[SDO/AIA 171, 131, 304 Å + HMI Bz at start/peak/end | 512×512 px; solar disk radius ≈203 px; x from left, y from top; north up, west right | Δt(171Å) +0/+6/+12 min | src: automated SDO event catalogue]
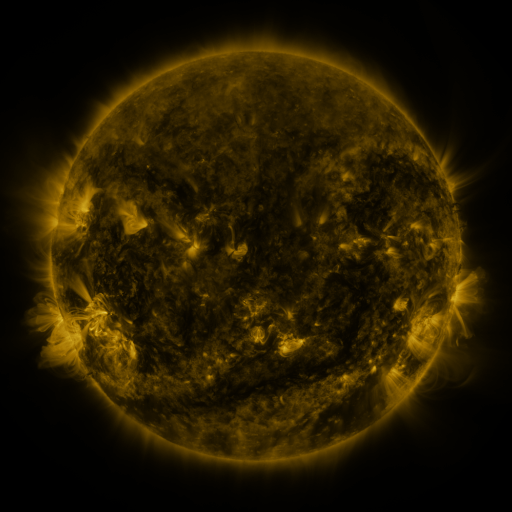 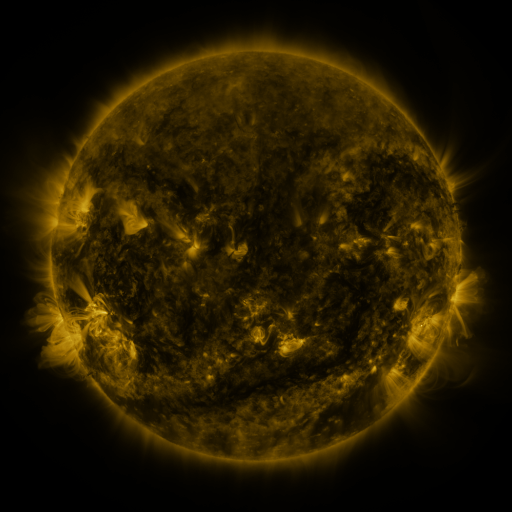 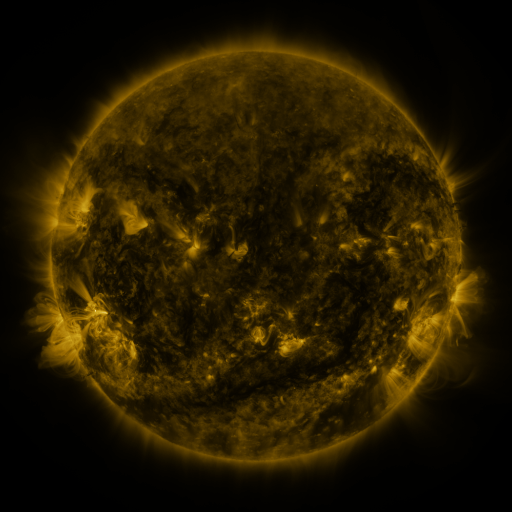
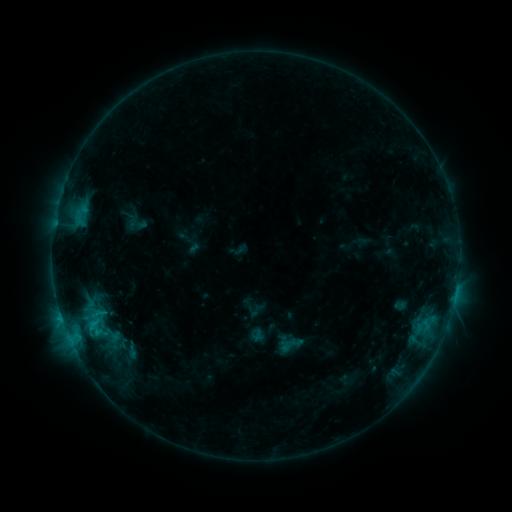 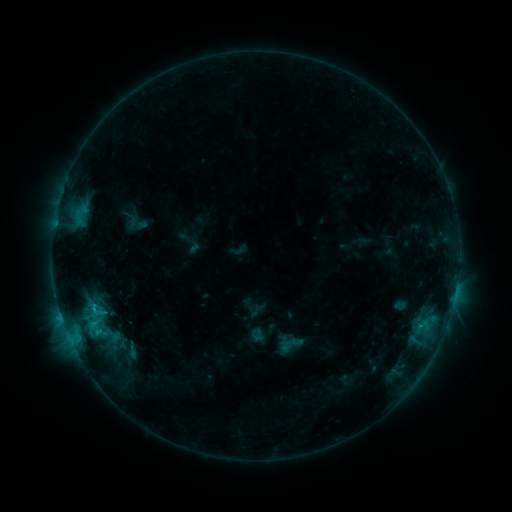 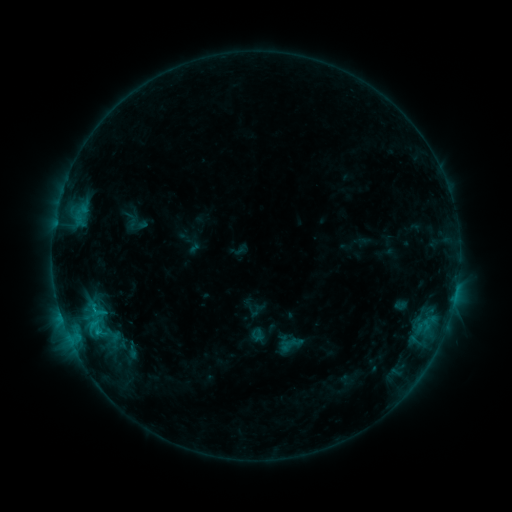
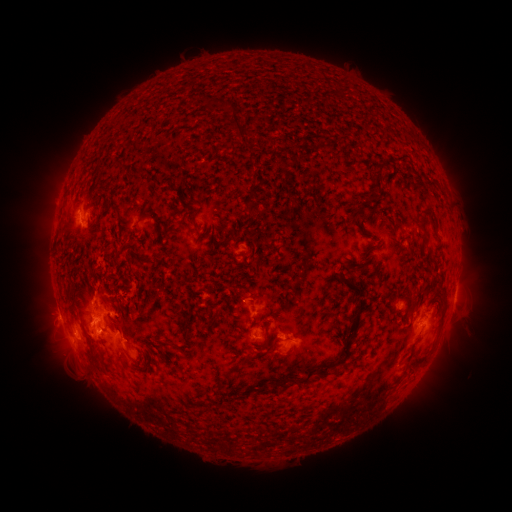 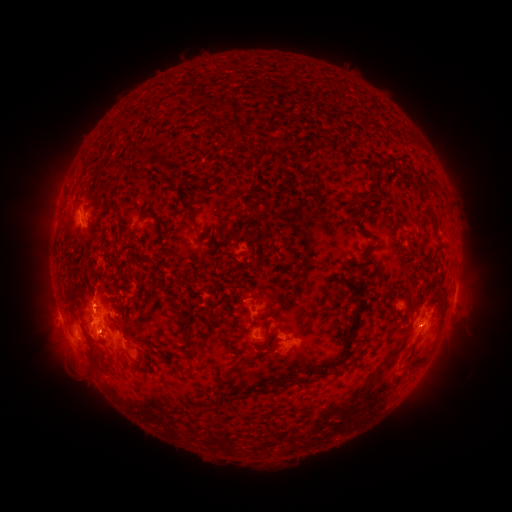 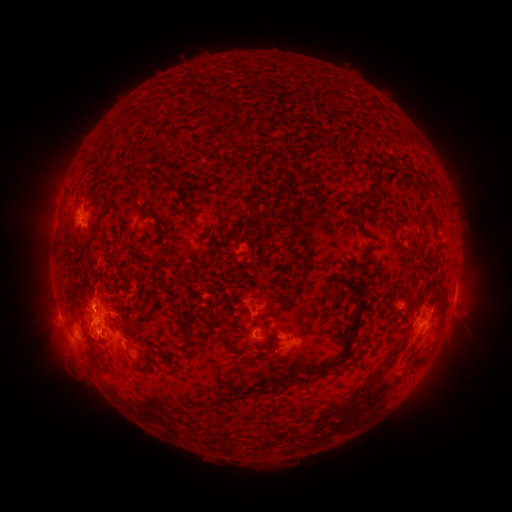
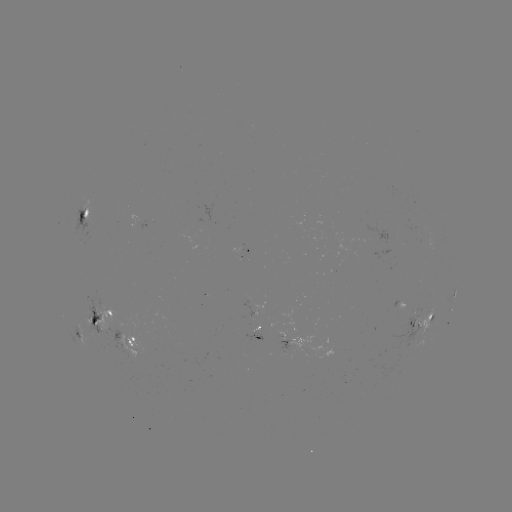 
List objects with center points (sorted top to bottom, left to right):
C1.7 flare: (94, 309)
